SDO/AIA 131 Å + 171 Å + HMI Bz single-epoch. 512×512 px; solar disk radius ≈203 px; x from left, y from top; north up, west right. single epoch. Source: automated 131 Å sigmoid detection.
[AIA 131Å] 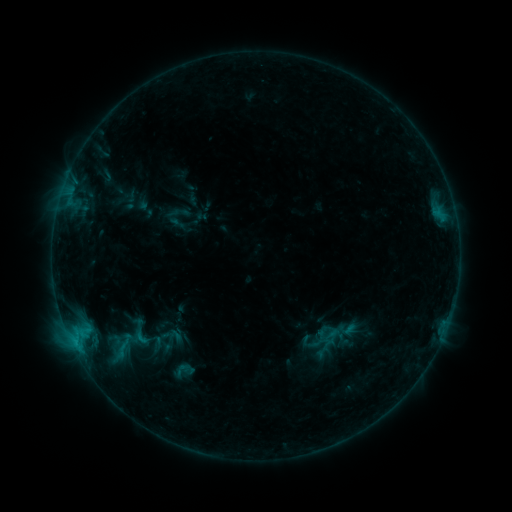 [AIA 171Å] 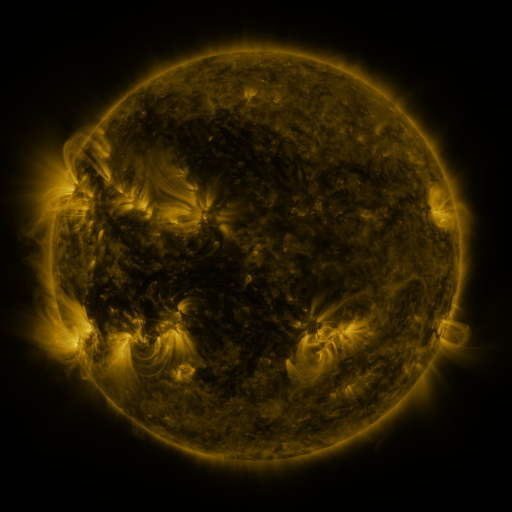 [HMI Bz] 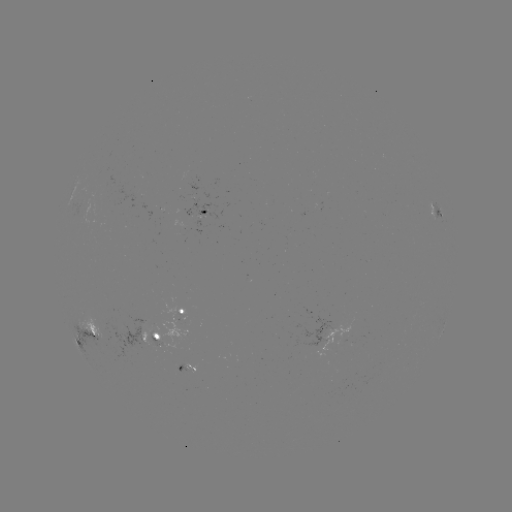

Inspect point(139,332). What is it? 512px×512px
sigmoid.